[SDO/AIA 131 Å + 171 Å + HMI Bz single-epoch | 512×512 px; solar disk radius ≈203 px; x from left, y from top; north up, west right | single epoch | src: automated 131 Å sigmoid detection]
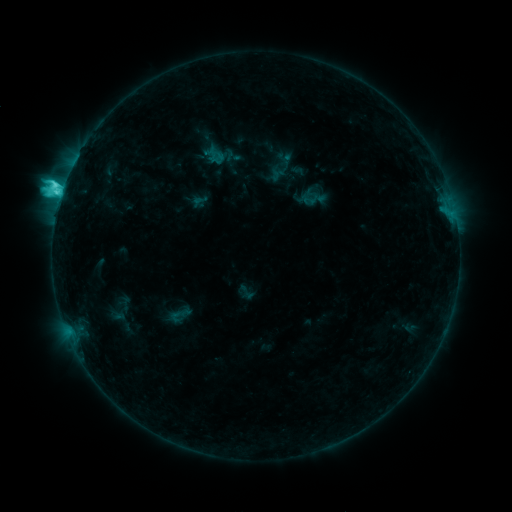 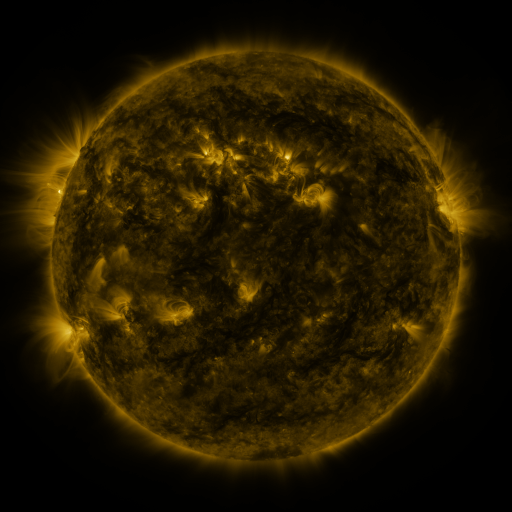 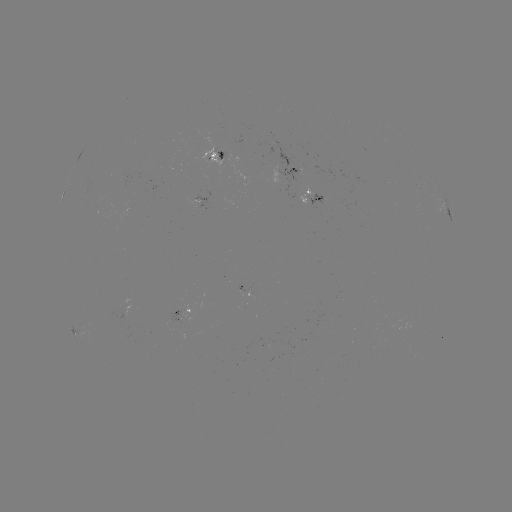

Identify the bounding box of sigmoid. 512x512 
[166, 306, 191, 325].